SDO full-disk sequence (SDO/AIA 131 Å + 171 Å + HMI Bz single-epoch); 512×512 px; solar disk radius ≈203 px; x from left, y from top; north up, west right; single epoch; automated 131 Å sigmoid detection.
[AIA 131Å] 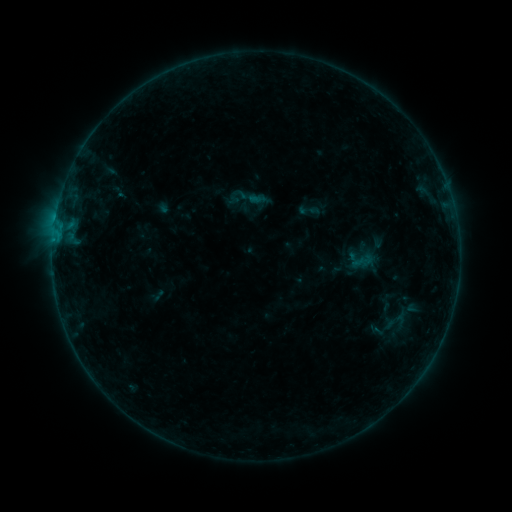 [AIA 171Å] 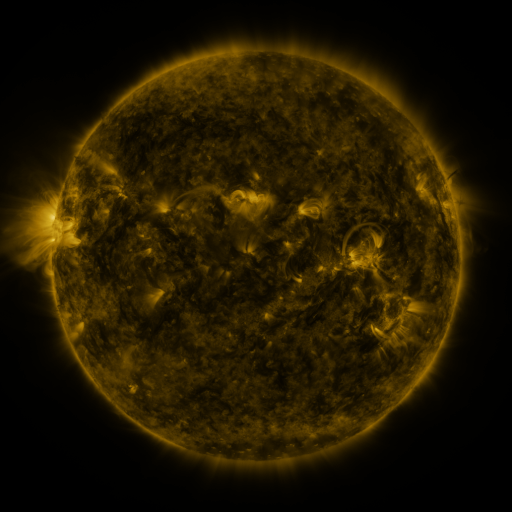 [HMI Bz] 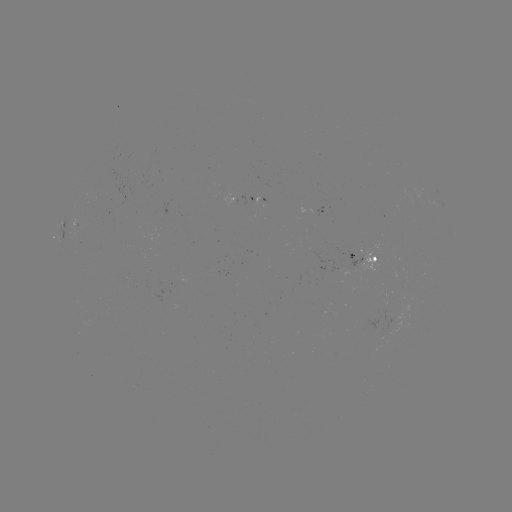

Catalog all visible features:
sigmoid: (309, 210)
